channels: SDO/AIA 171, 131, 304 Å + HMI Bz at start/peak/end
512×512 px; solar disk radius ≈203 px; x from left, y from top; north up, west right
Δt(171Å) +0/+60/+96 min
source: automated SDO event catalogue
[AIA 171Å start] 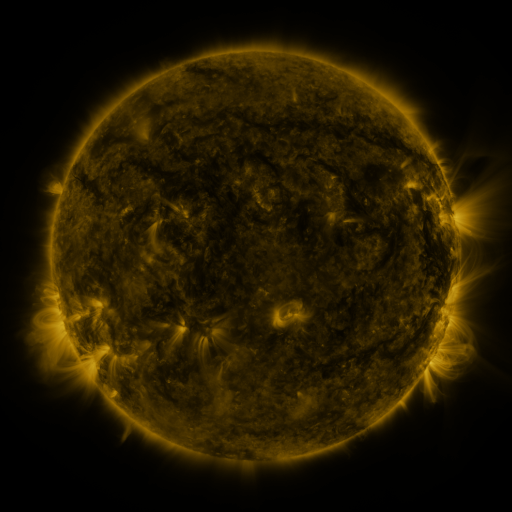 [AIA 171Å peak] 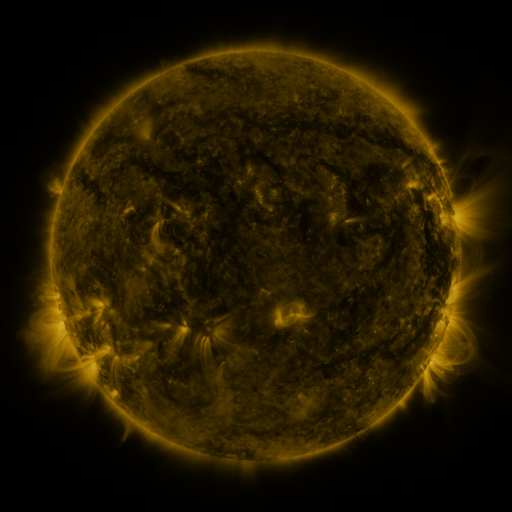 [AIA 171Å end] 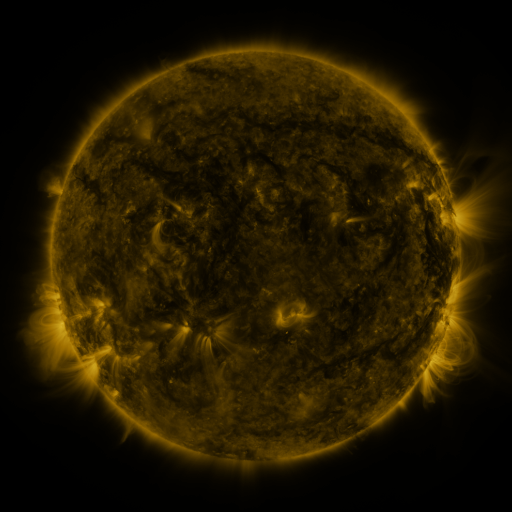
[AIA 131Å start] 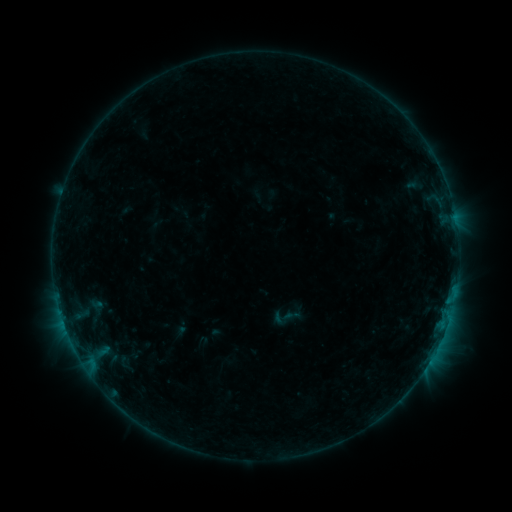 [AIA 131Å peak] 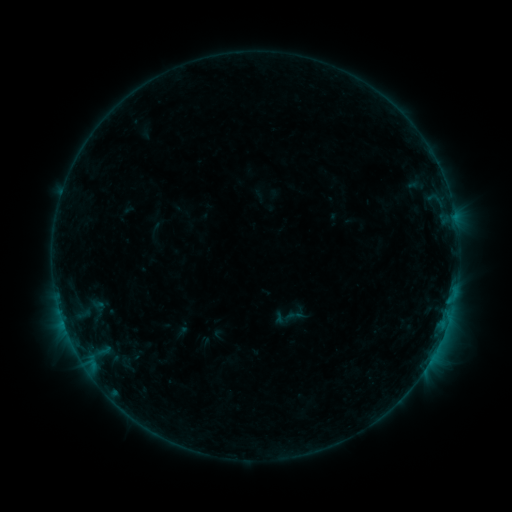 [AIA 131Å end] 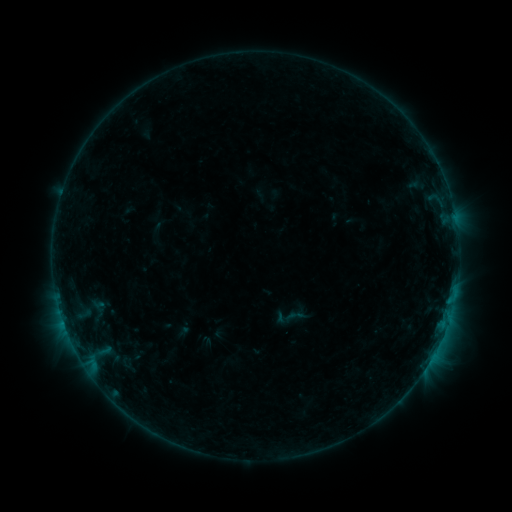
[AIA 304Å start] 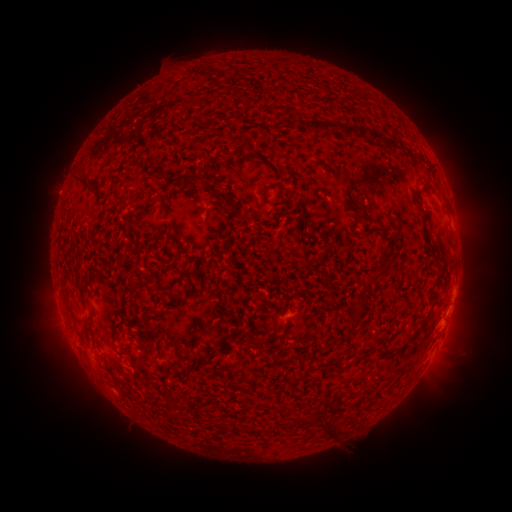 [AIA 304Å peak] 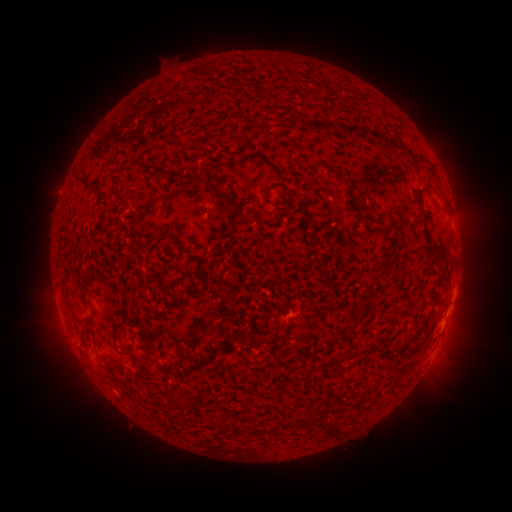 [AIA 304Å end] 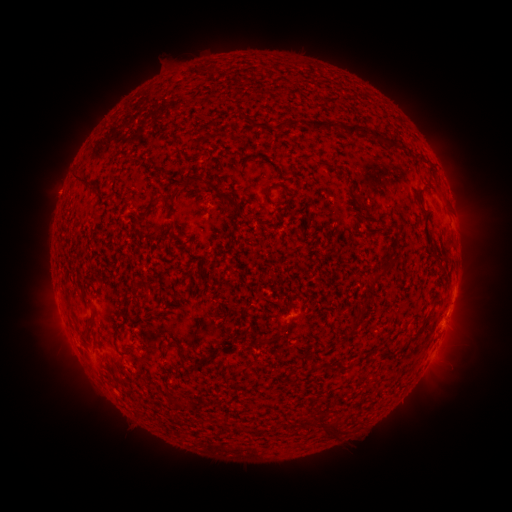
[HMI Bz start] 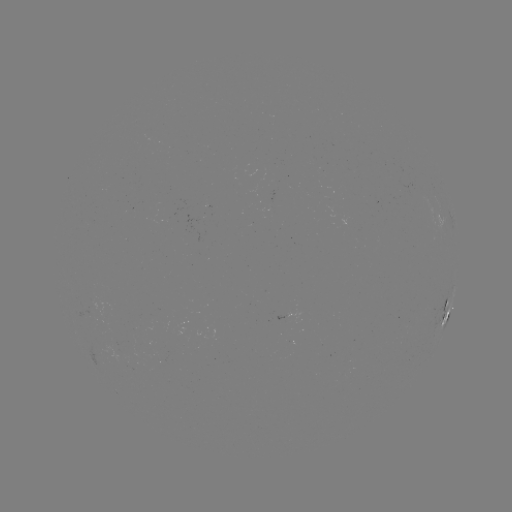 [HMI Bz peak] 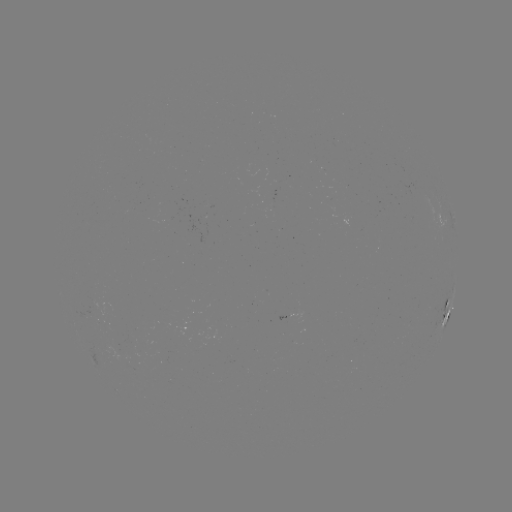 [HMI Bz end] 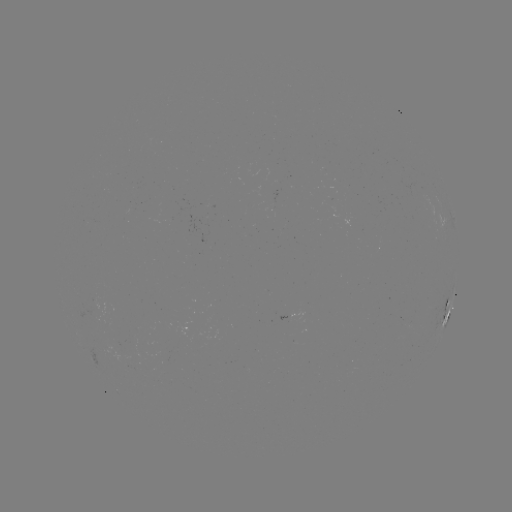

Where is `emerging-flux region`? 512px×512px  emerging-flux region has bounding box [187, 213, 205, 231].